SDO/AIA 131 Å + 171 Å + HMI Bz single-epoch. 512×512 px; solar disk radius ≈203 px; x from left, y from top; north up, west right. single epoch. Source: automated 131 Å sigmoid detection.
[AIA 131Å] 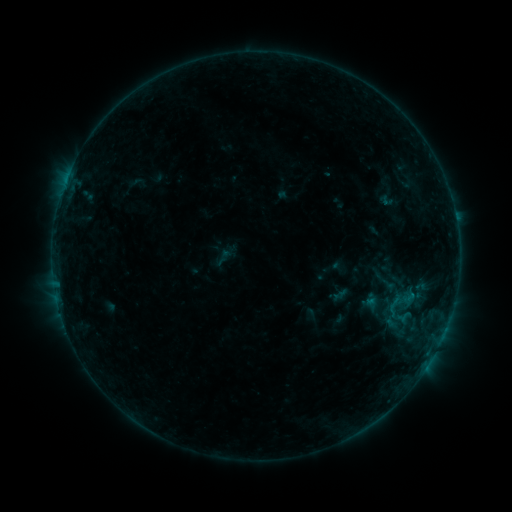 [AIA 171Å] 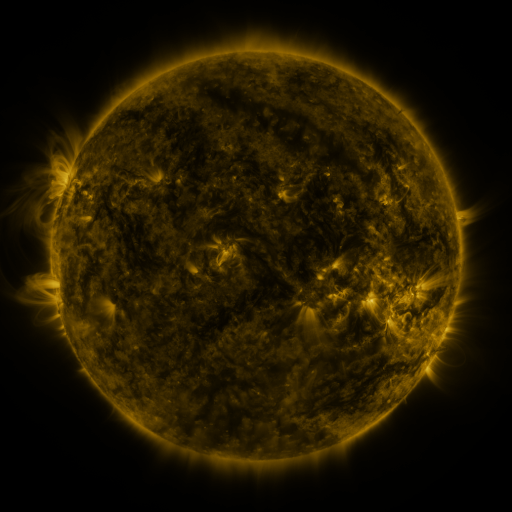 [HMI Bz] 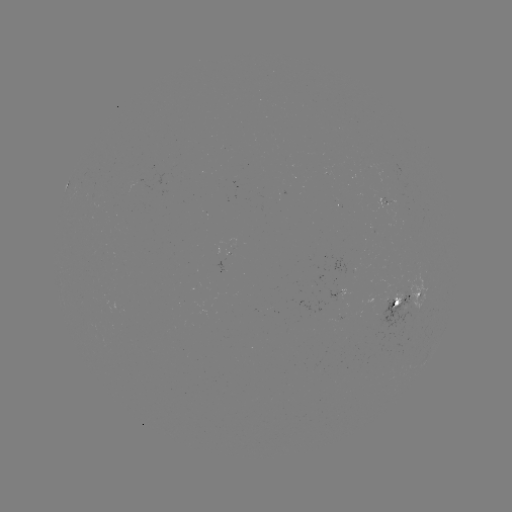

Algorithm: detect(sigmoid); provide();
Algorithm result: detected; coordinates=395,304